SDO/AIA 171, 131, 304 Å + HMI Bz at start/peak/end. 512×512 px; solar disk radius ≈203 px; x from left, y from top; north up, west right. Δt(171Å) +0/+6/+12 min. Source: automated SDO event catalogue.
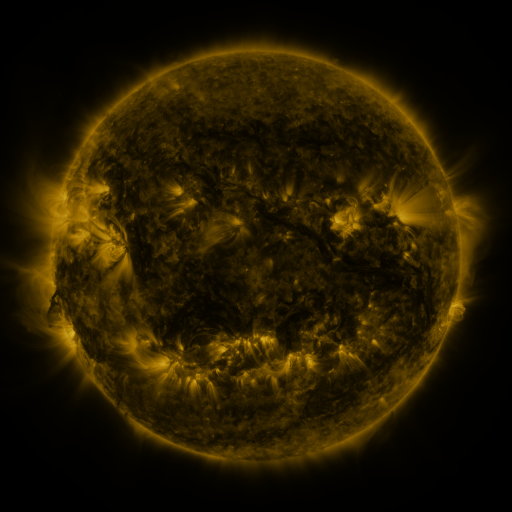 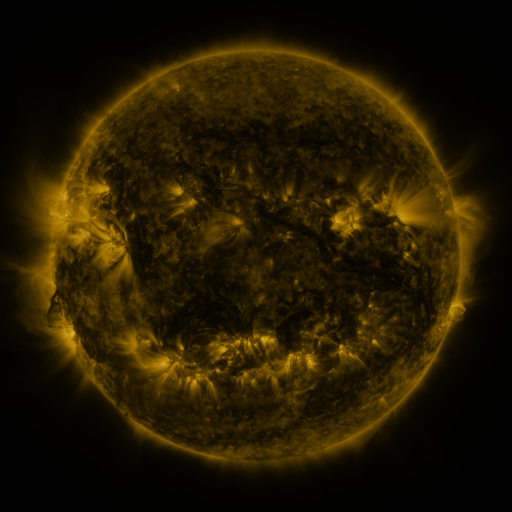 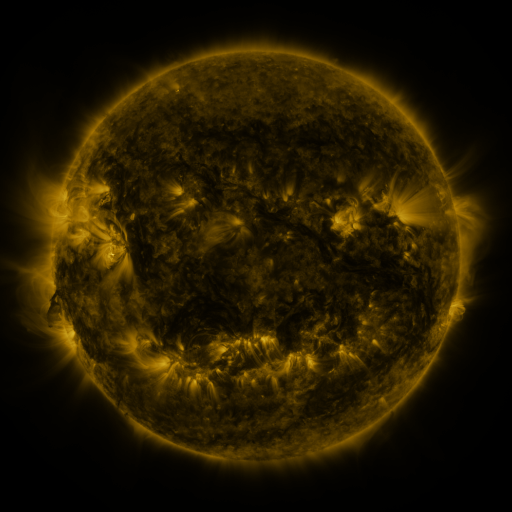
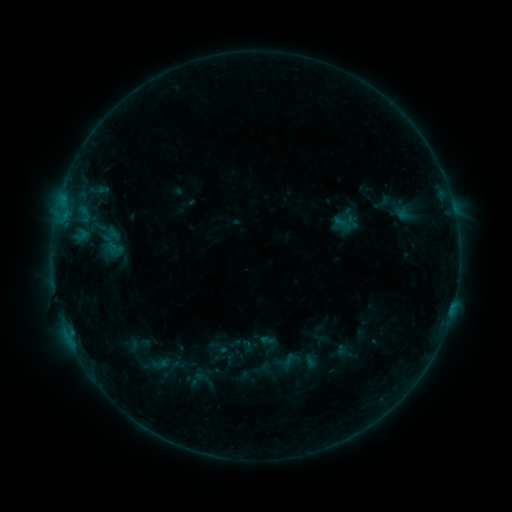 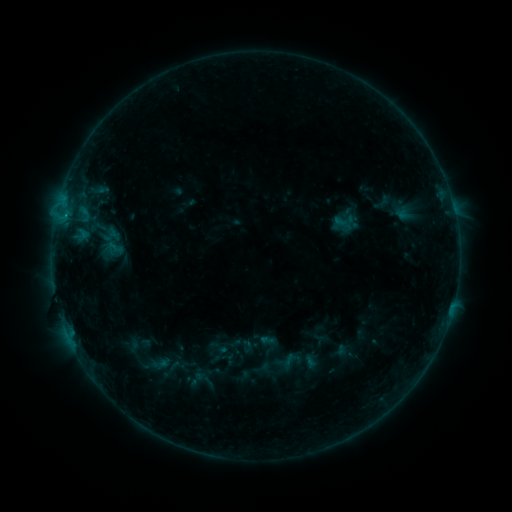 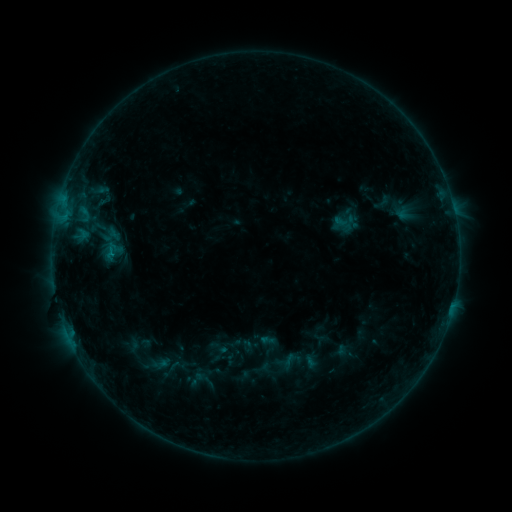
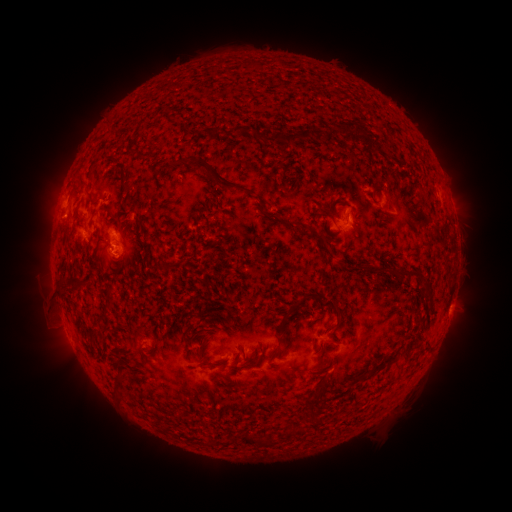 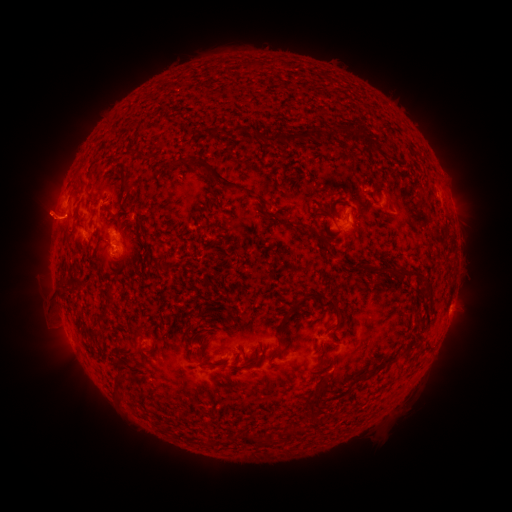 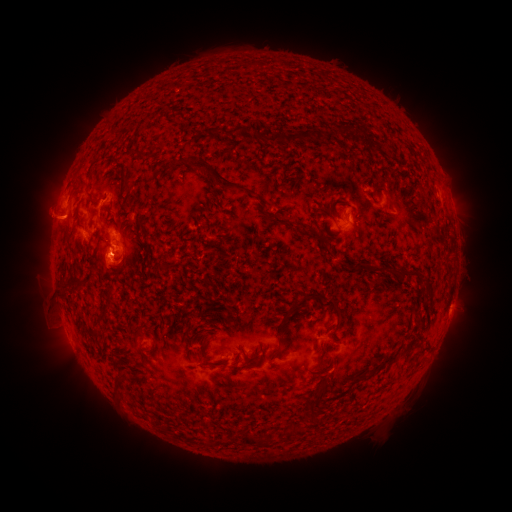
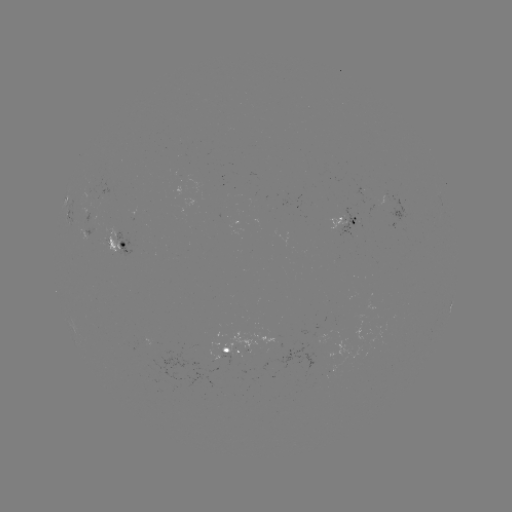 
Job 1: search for B3.9 flare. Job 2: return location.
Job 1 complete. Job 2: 65,217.